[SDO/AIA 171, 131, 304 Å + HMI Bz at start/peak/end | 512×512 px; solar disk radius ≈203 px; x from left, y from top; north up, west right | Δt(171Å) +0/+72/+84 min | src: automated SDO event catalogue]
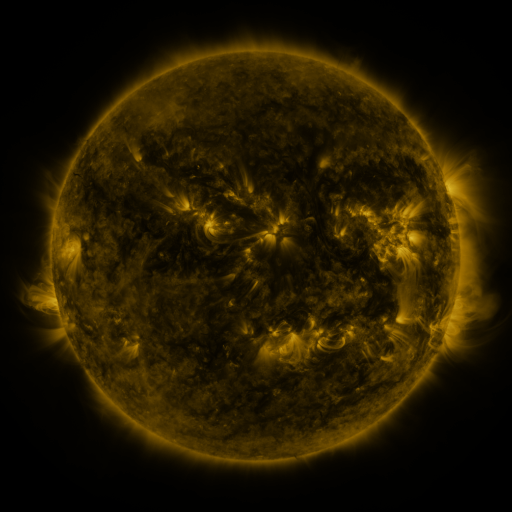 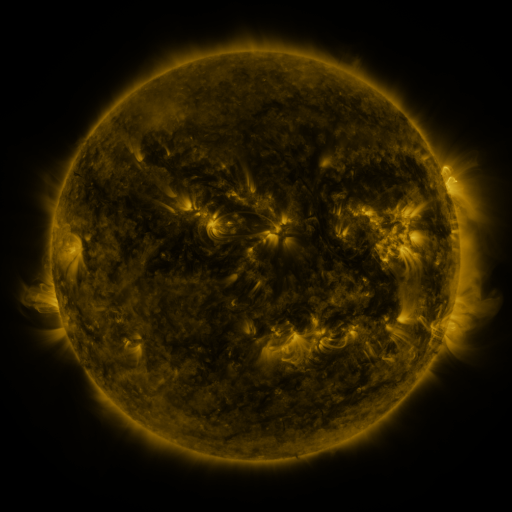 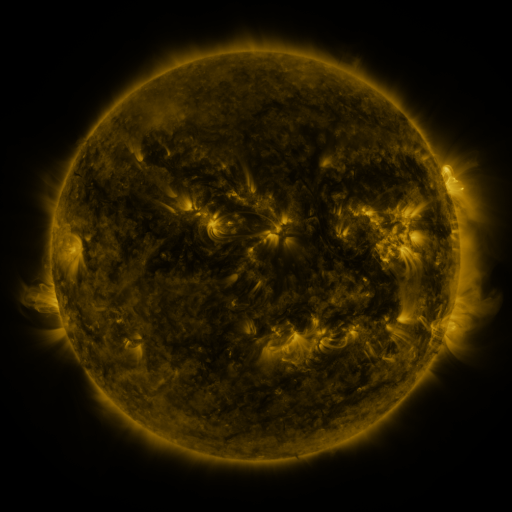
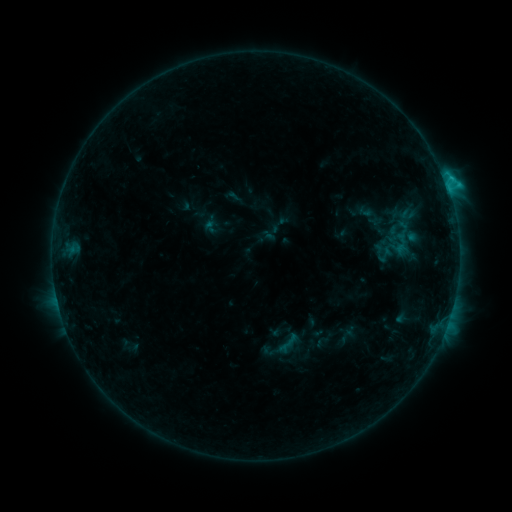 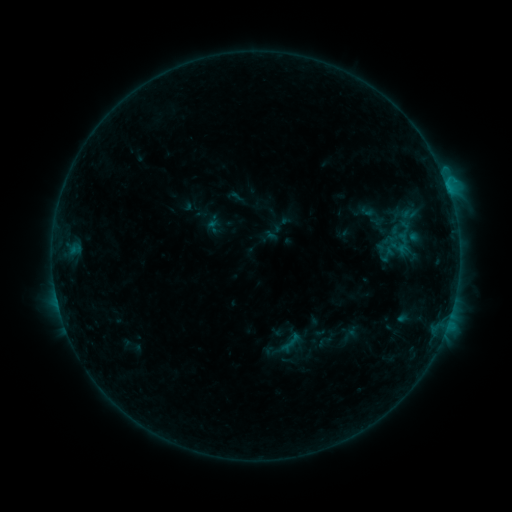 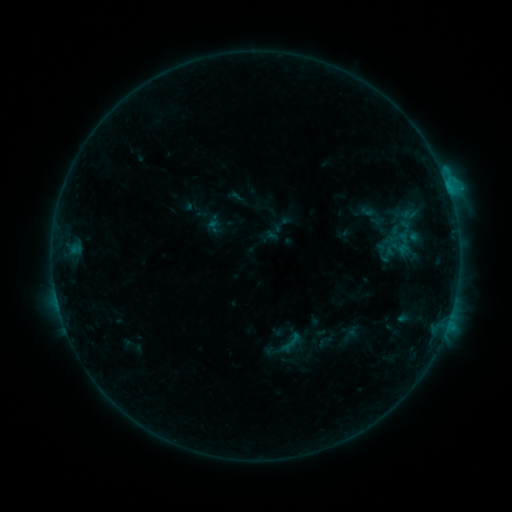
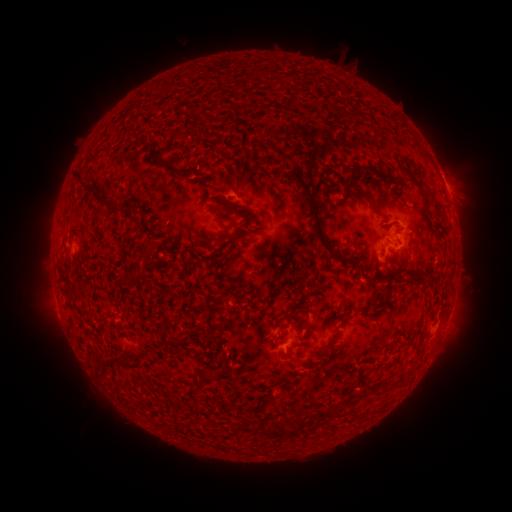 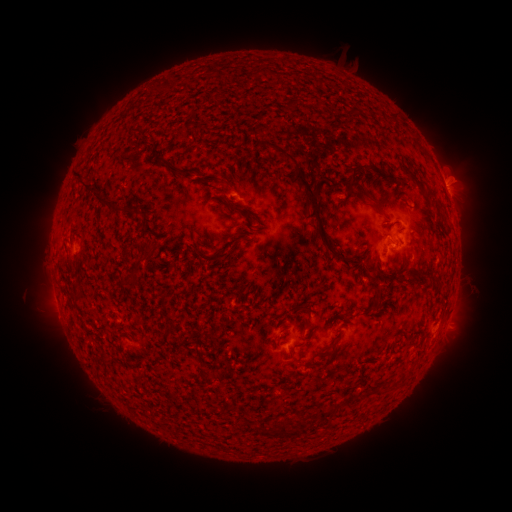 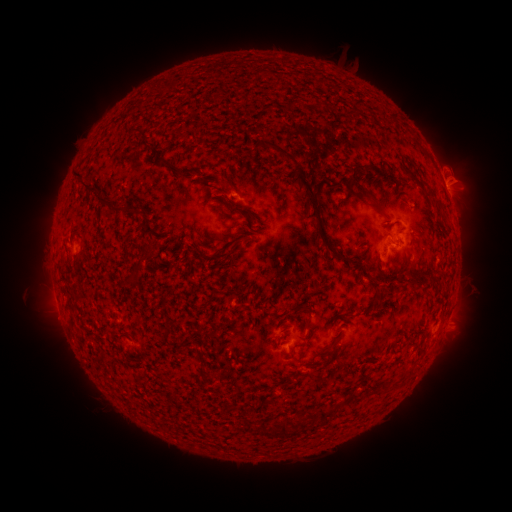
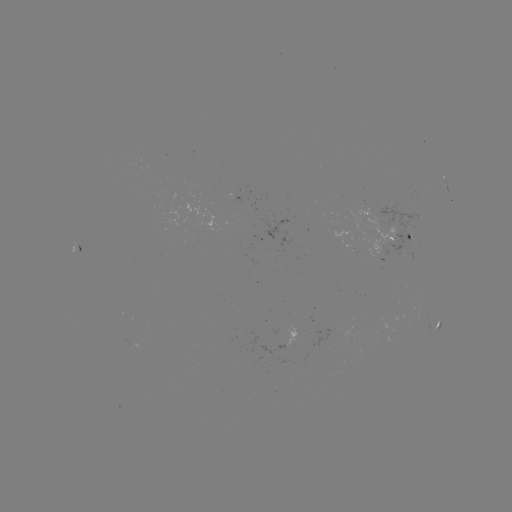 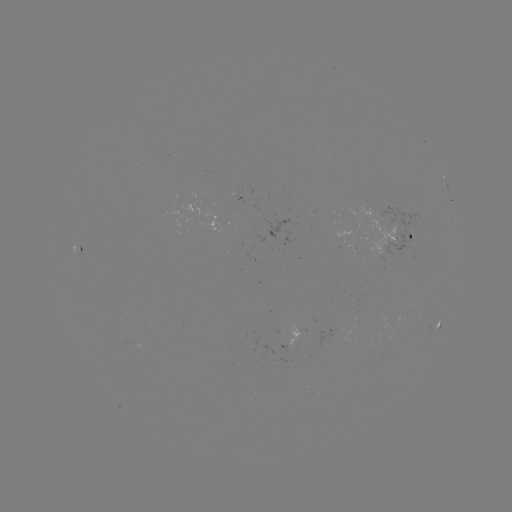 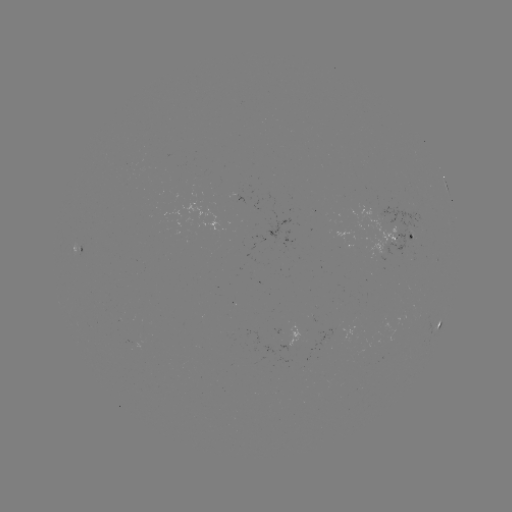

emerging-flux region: <bbox>405, 233, 416, 244</bbox>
